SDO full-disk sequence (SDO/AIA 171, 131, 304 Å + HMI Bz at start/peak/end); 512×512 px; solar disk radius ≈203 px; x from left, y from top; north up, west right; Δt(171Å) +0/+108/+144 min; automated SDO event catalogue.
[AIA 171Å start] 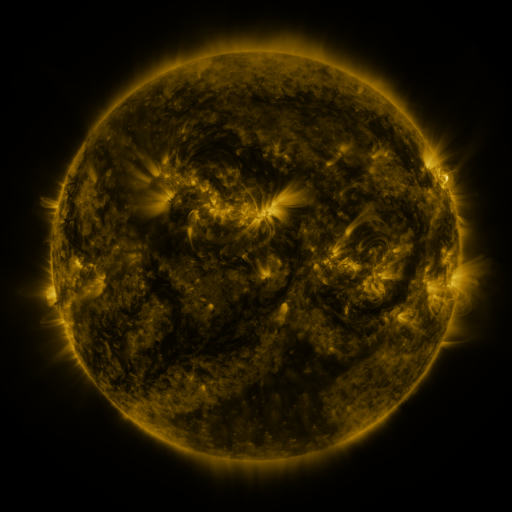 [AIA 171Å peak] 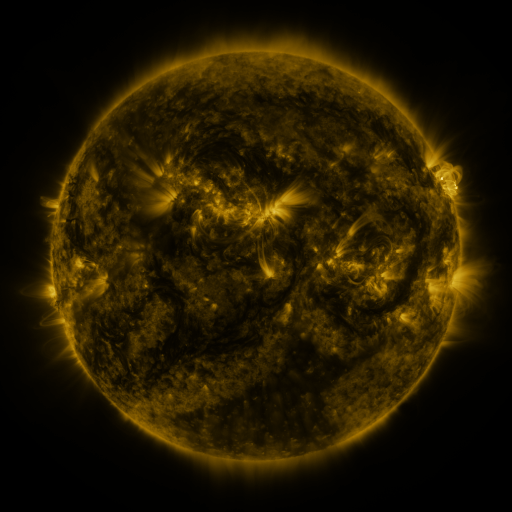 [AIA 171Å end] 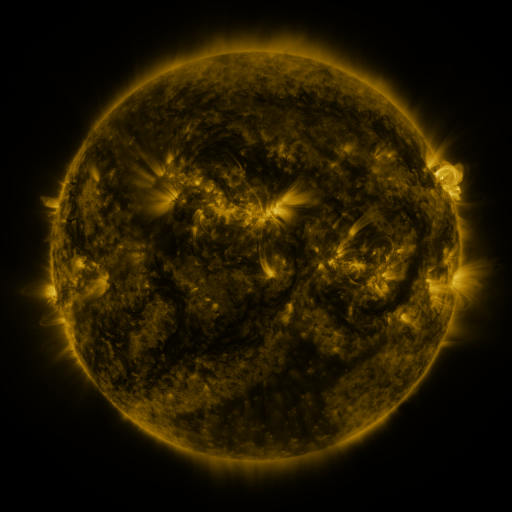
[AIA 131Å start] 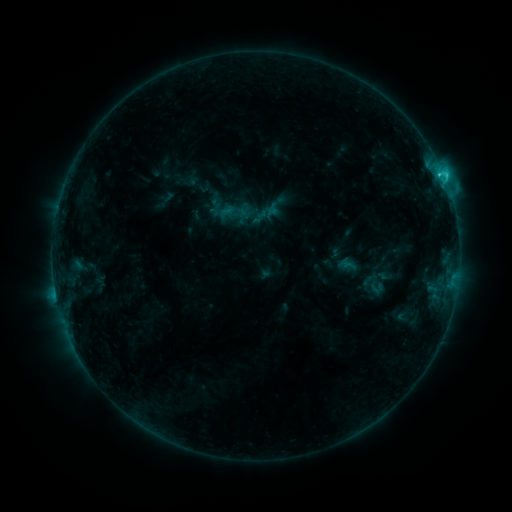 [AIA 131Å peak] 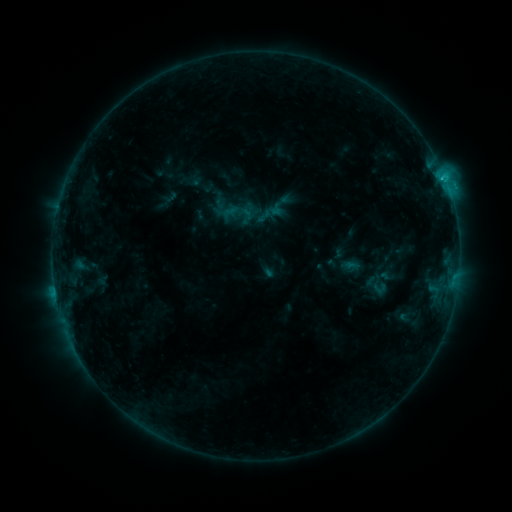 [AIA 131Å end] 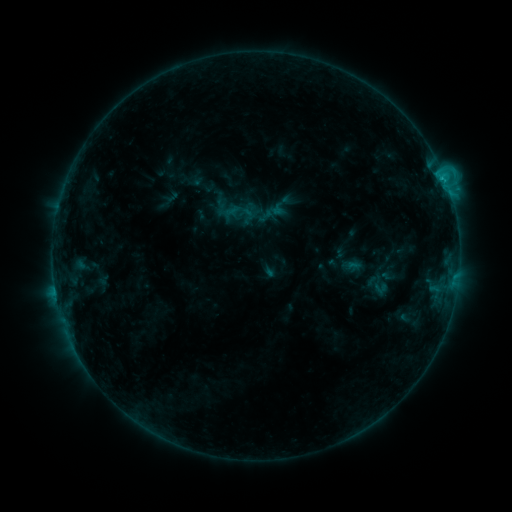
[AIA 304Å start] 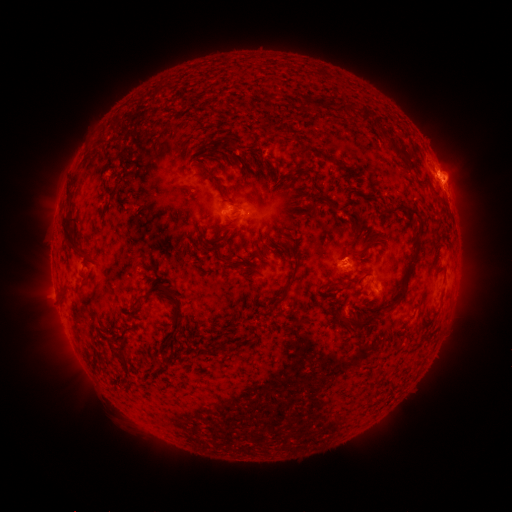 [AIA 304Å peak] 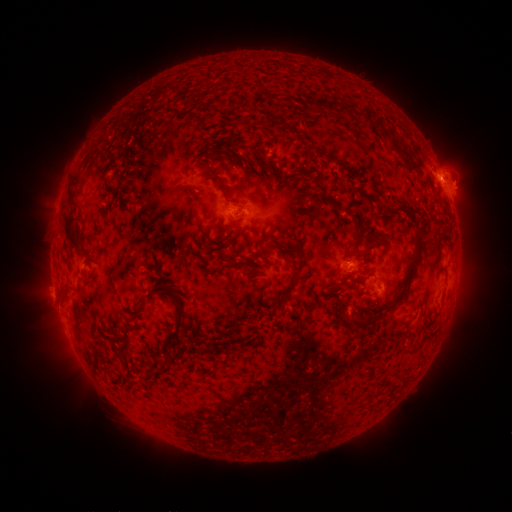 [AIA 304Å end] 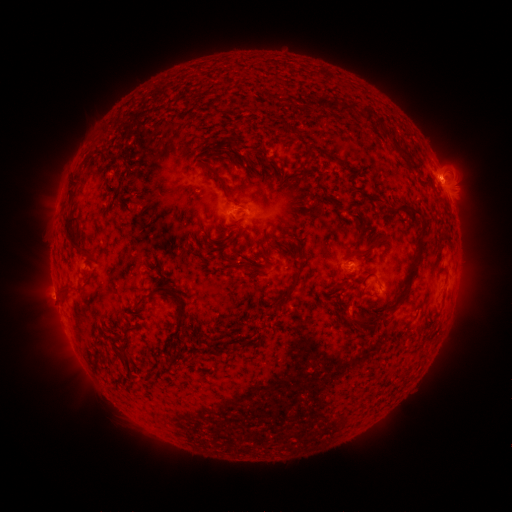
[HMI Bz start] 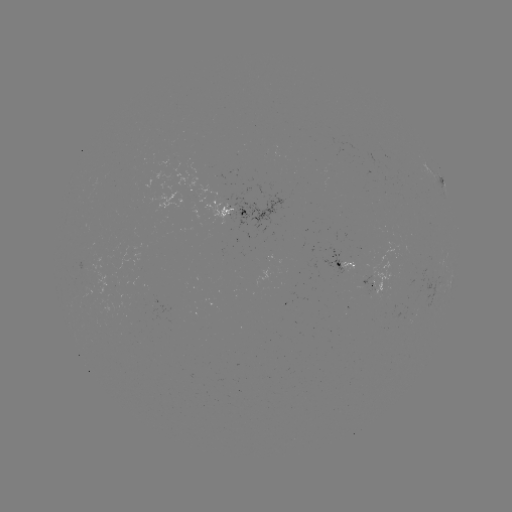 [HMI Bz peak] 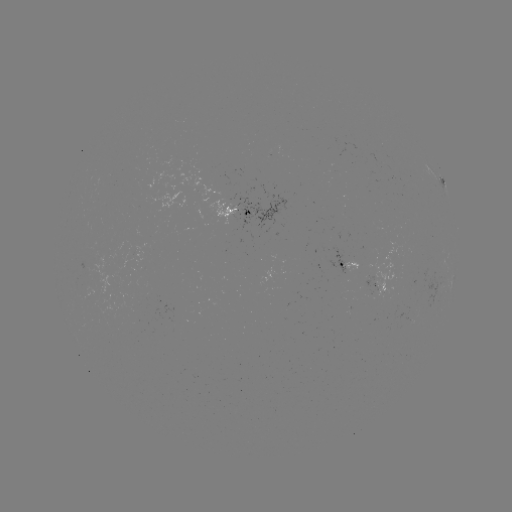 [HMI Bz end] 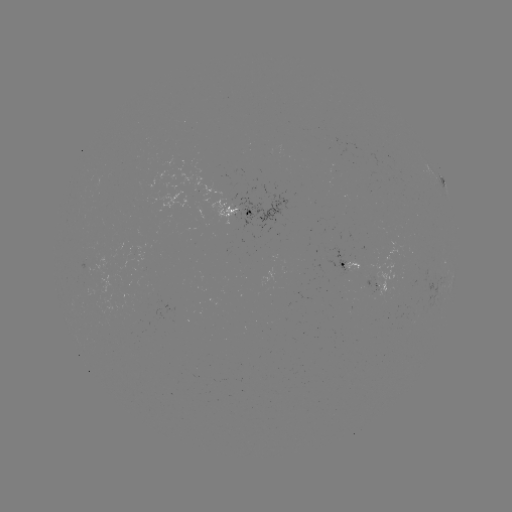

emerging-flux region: (324, 246, 348, 282)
